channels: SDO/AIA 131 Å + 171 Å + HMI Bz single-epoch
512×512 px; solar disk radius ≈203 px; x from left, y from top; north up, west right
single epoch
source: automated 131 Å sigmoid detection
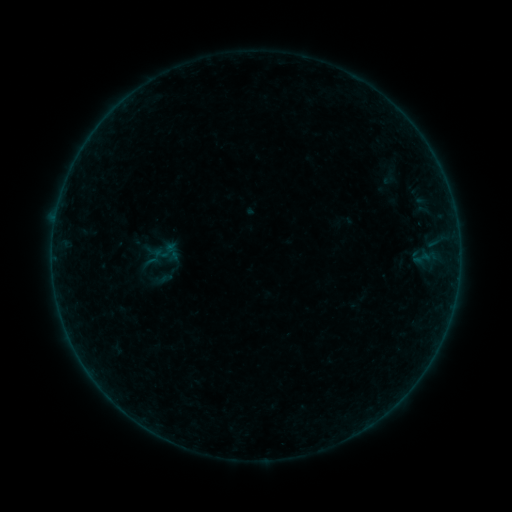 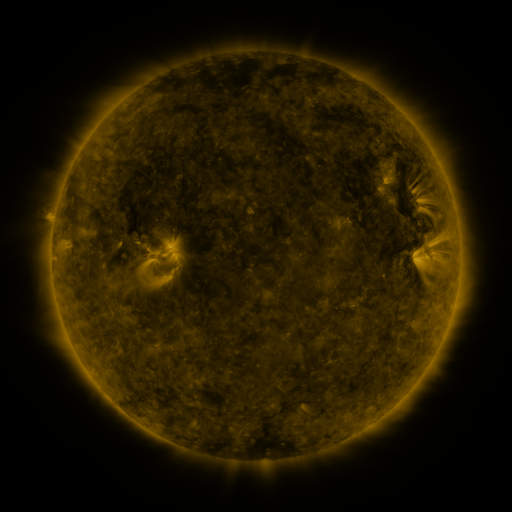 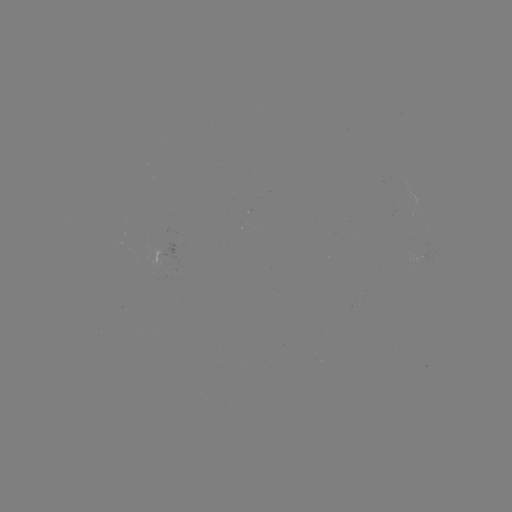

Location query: sigmoid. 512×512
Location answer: (169, 274).